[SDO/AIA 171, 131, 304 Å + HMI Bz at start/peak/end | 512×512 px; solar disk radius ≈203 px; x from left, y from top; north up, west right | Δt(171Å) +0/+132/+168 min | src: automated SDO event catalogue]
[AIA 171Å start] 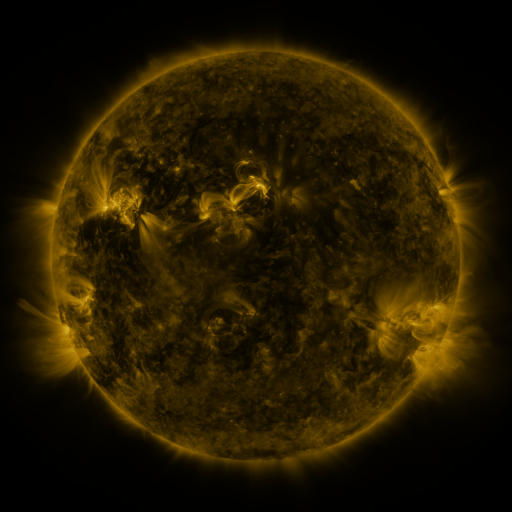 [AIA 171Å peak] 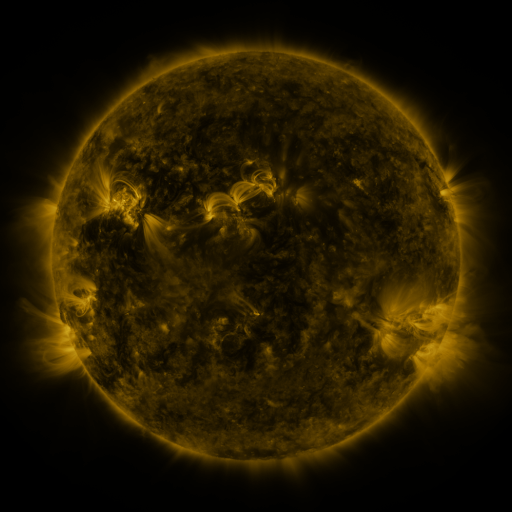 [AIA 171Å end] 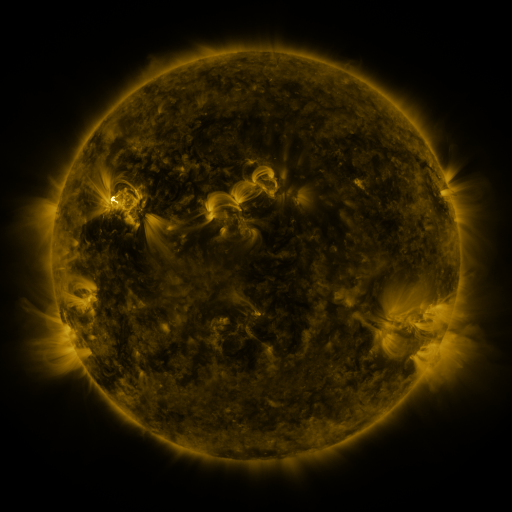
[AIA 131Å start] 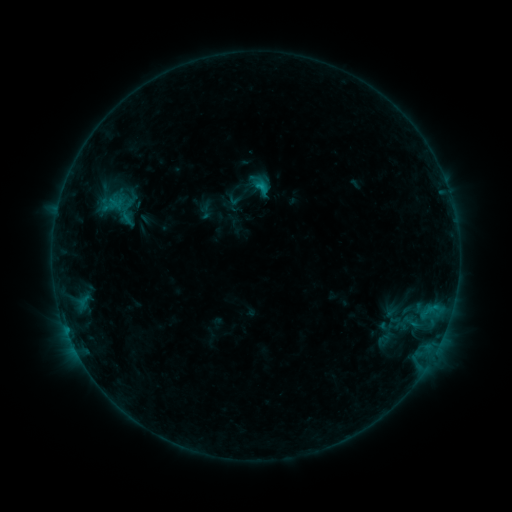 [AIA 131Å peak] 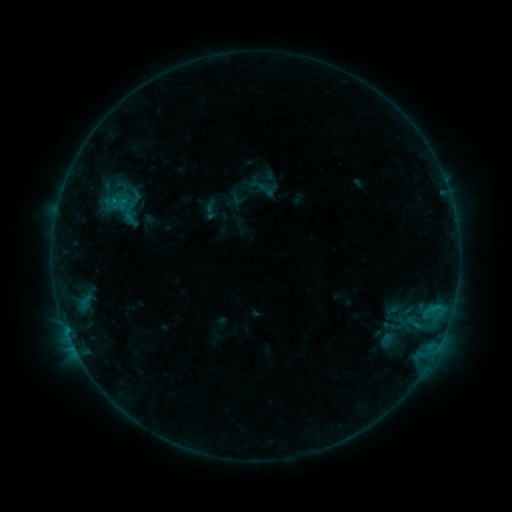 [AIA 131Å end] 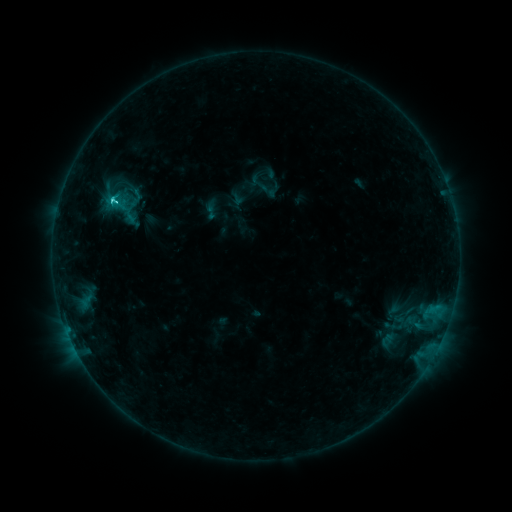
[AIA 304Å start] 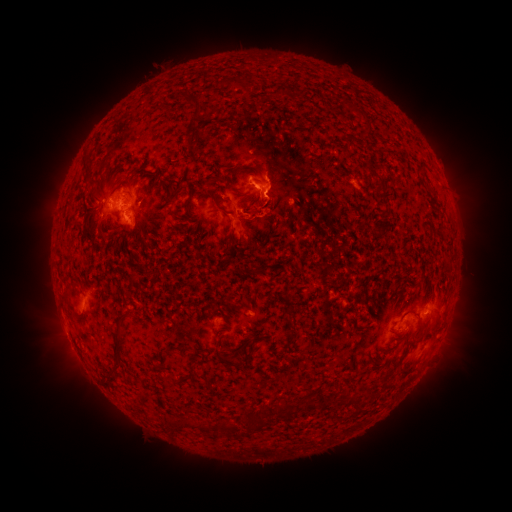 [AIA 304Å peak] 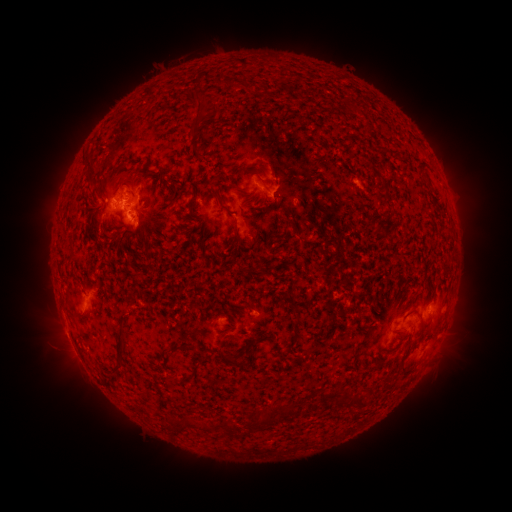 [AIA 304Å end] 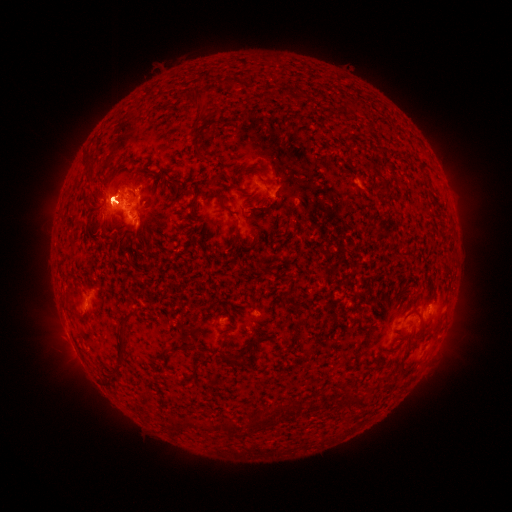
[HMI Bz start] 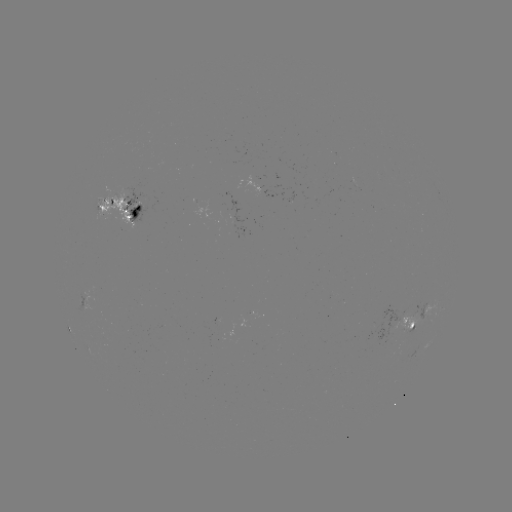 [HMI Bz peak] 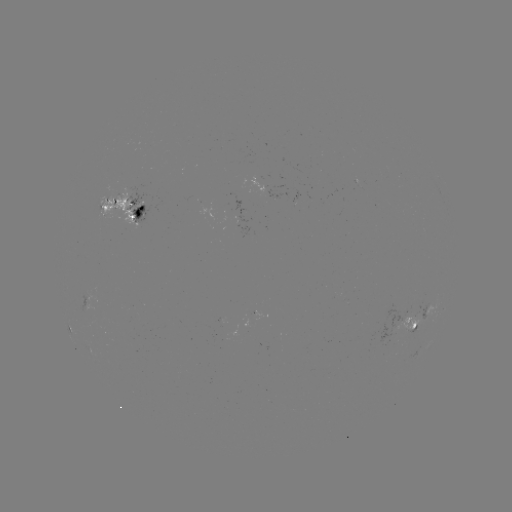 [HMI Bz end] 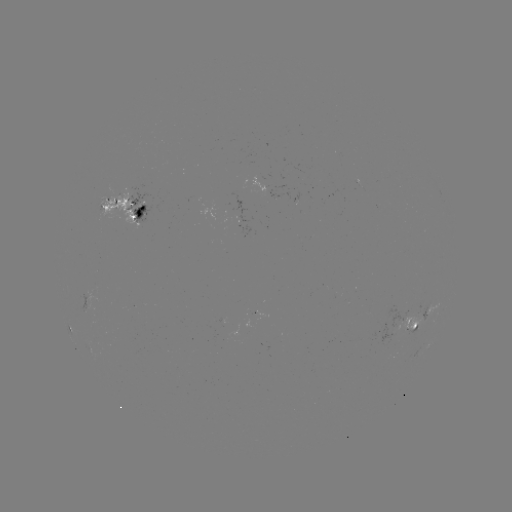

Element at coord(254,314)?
emerging-flux region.